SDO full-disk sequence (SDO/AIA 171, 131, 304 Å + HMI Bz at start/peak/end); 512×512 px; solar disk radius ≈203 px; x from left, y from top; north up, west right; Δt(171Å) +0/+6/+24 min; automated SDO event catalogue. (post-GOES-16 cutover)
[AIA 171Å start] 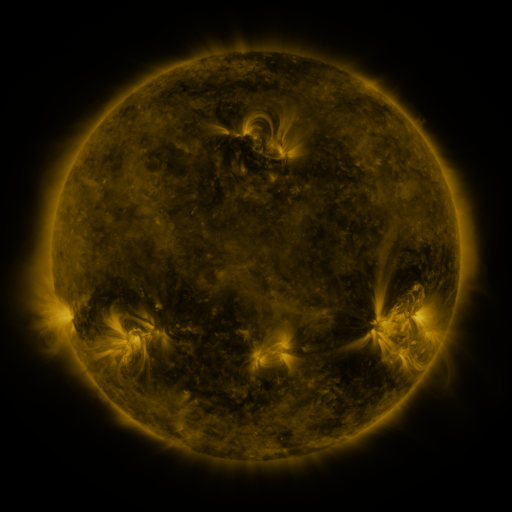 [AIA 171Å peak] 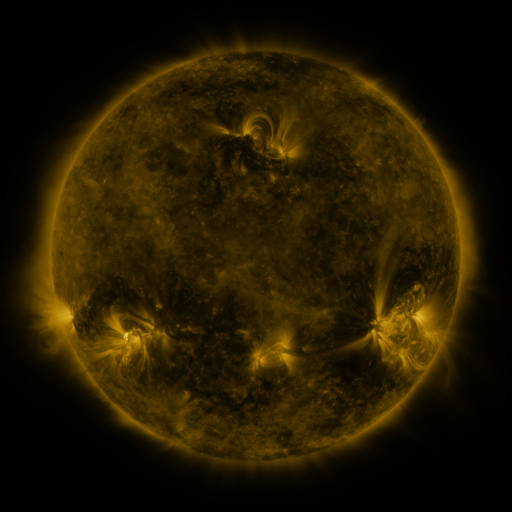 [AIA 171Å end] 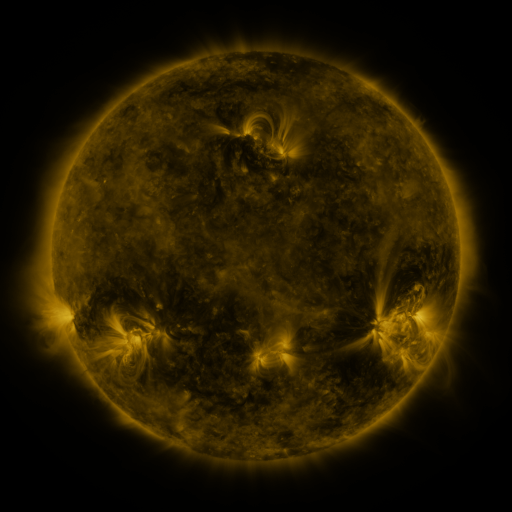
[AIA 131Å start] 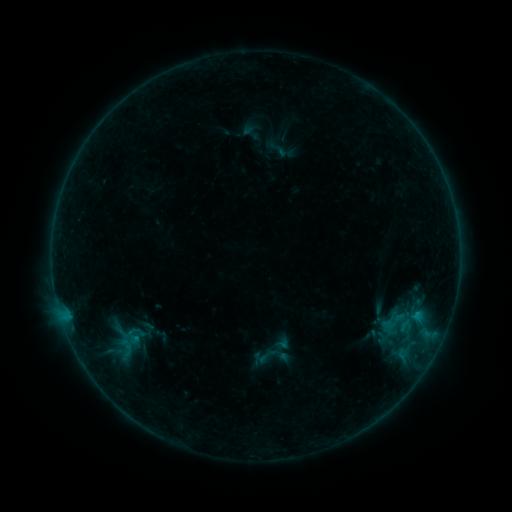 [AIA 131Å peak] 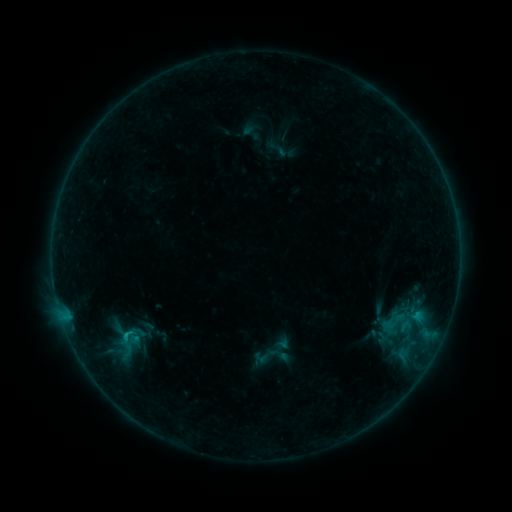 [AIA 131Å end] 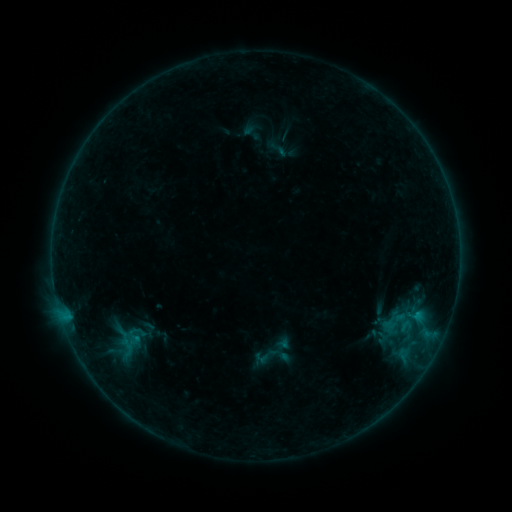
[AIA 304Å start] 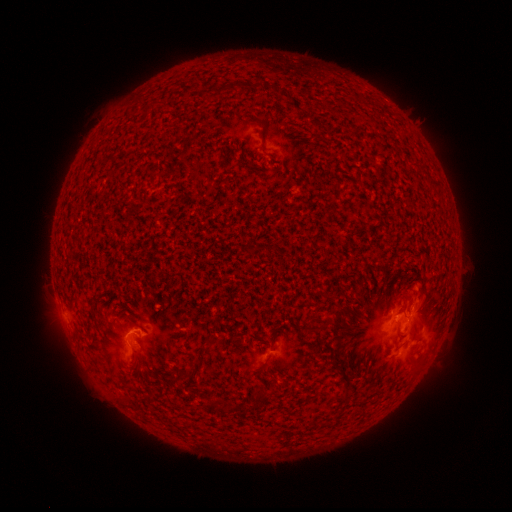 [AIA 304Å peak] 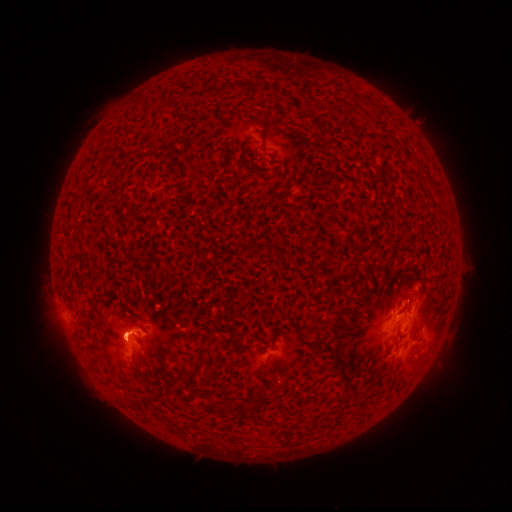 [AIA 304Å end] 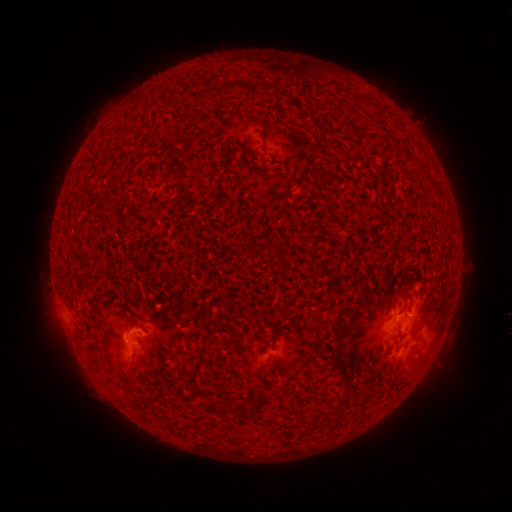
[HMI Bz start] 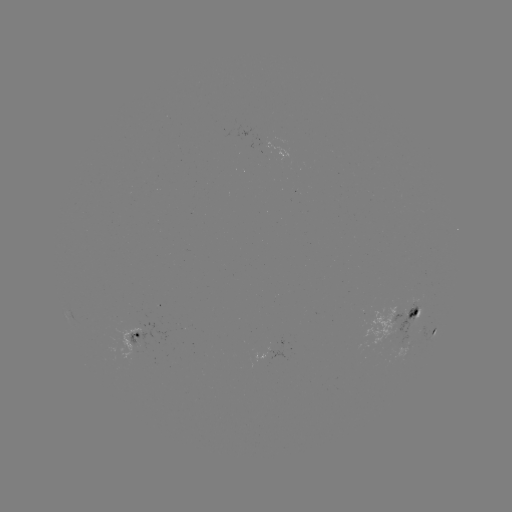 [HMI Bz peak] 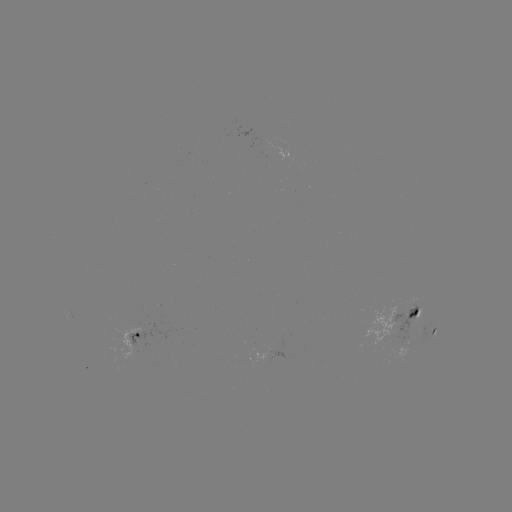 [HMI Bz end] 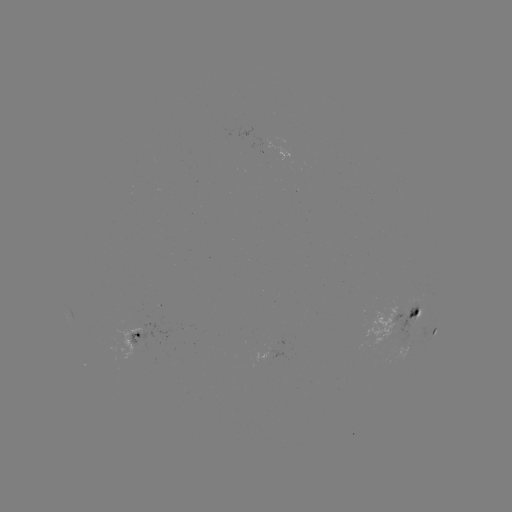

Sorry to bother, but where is B6.5 flare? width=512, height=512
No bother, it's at (131, 330).